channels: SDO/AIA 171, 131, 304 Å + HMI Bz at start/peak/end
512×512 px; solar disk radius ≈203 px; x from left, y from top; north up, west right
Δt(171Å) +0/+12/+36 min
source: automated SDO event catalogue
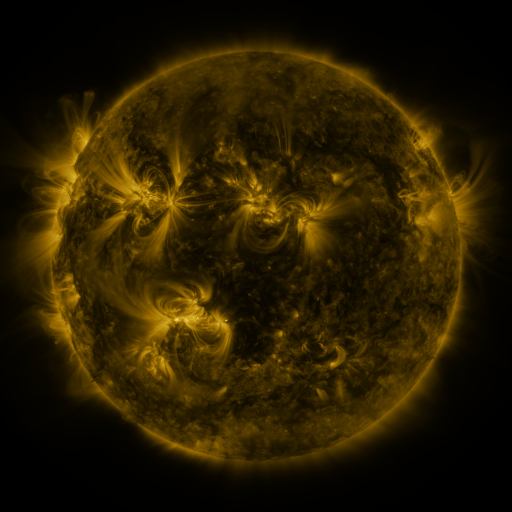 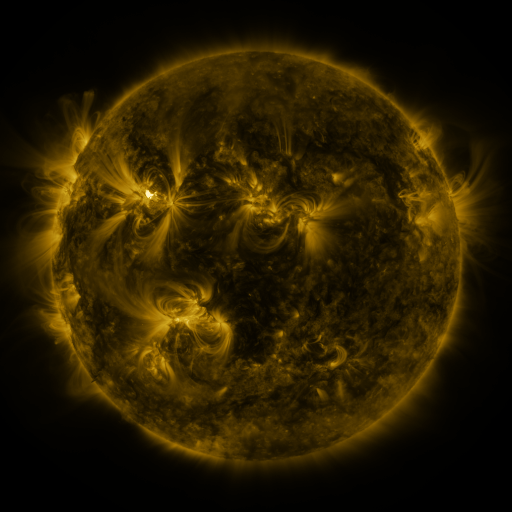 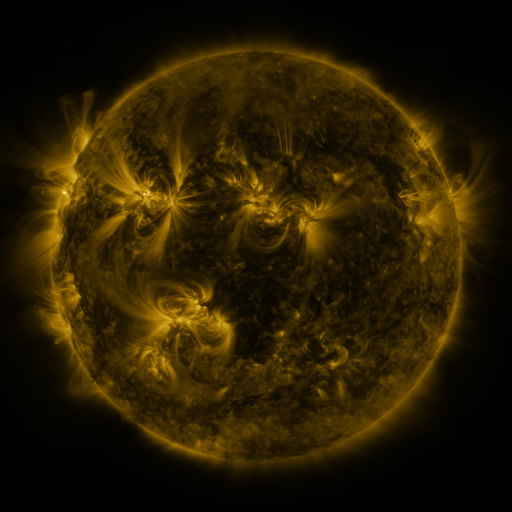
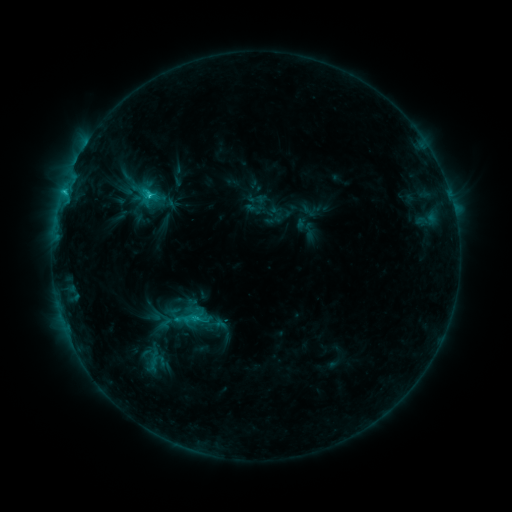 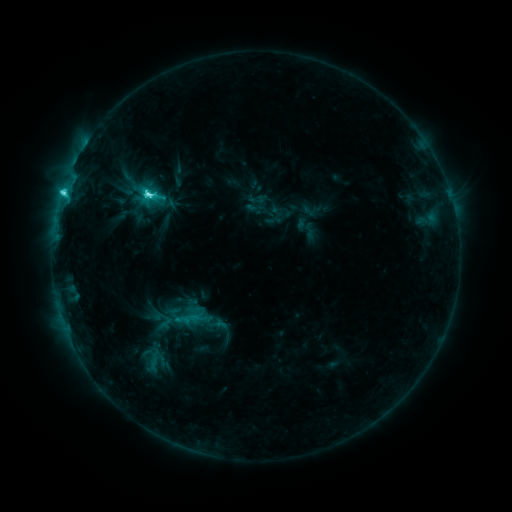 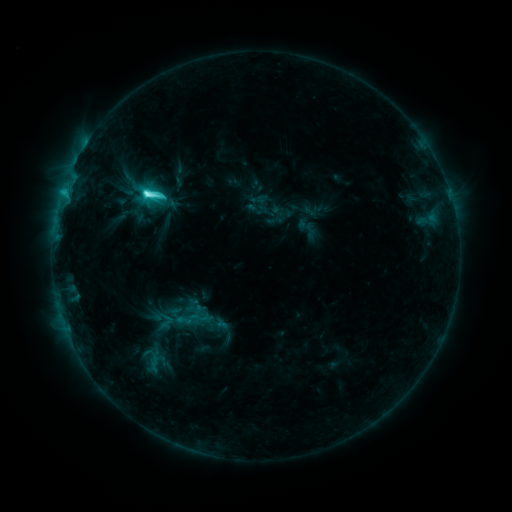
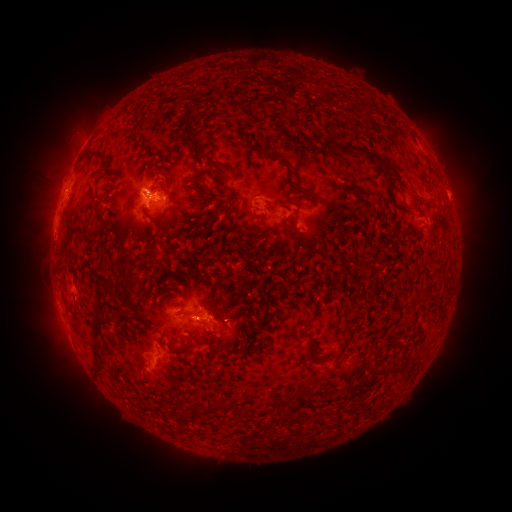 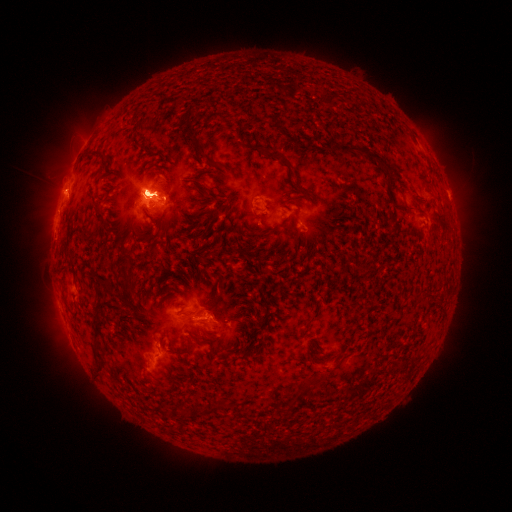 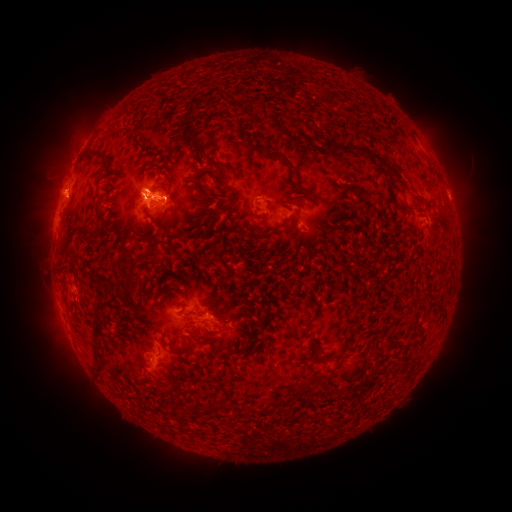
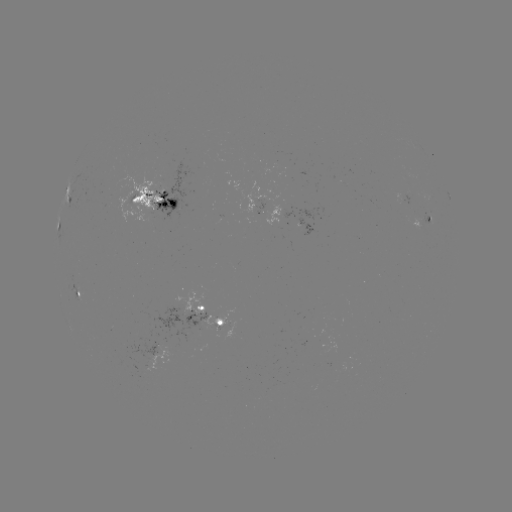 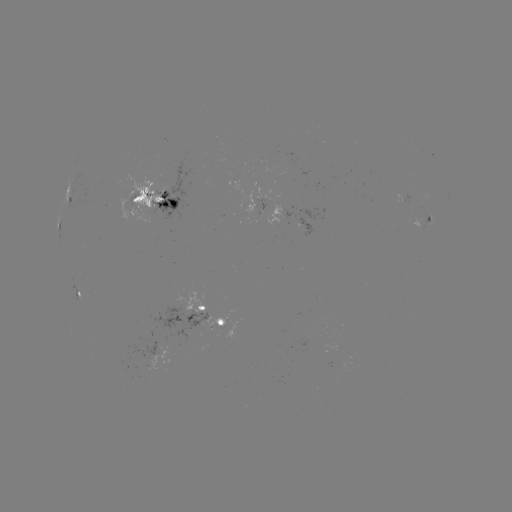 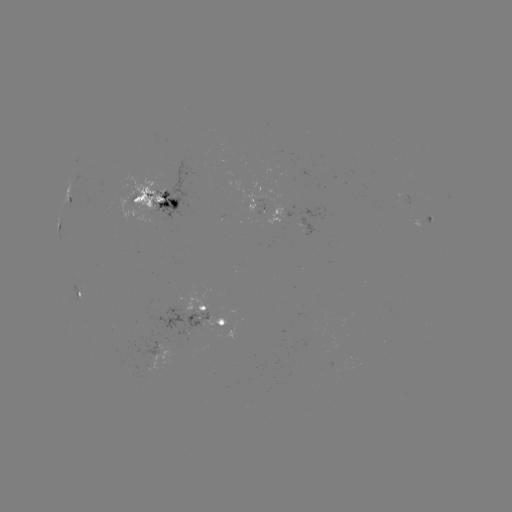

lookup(M1.2 flare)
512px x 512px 148,197